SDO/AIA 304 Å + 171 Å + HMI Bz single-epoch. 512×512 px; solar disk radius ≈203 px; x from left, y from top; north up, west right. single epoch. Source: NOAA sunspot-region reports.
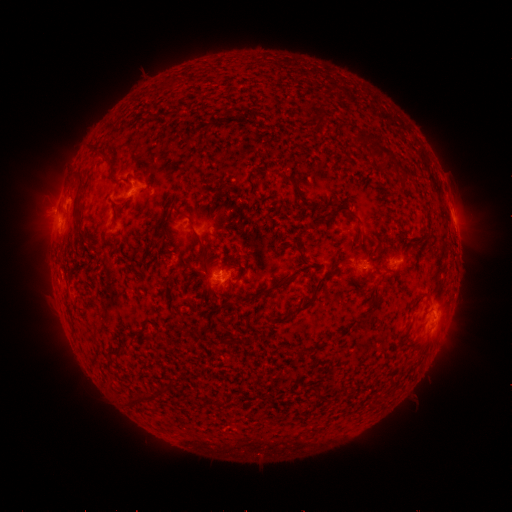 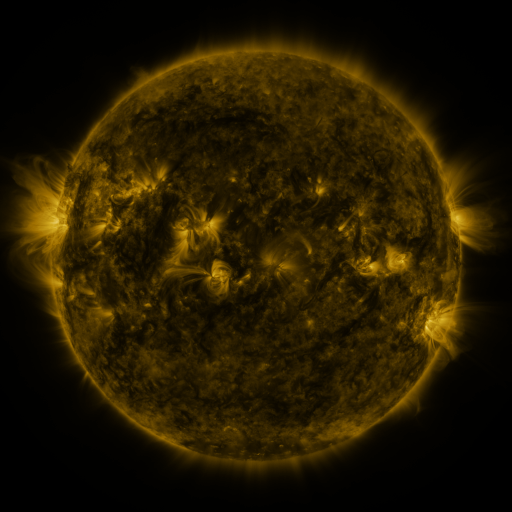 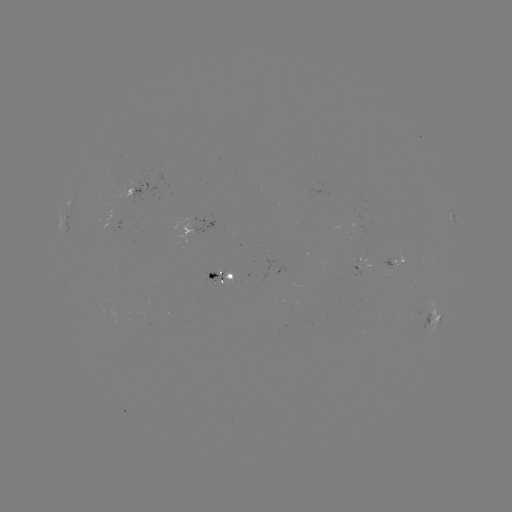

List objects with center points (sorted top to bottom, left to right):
spotted active region: (139, 189)
spotted active region: (455, 222)
spotted active region: (199, 227)
spotted active region: (401, 265)
spotted active region: (224, 276)
spotted active region: (434, 321)
